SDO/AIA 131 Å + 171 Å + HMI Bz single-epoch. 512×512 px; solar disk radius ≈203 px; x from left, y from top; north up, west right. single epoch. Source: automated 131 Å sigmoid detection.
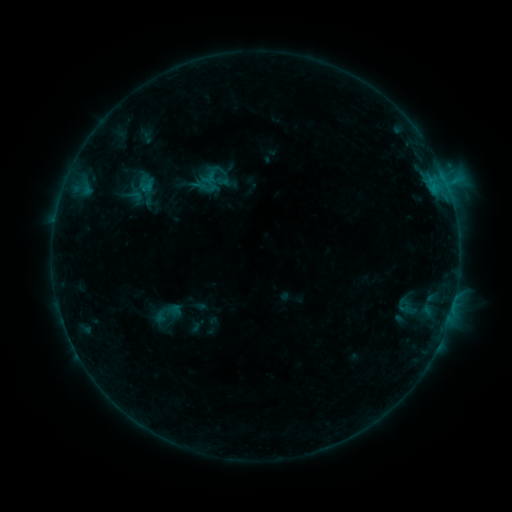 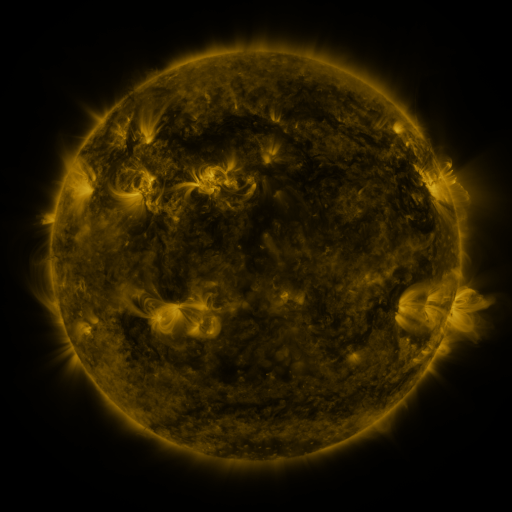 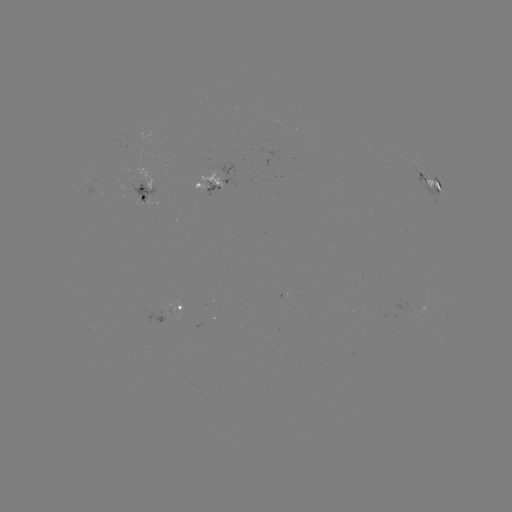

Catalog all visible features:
sigmoid: (146, 185)
